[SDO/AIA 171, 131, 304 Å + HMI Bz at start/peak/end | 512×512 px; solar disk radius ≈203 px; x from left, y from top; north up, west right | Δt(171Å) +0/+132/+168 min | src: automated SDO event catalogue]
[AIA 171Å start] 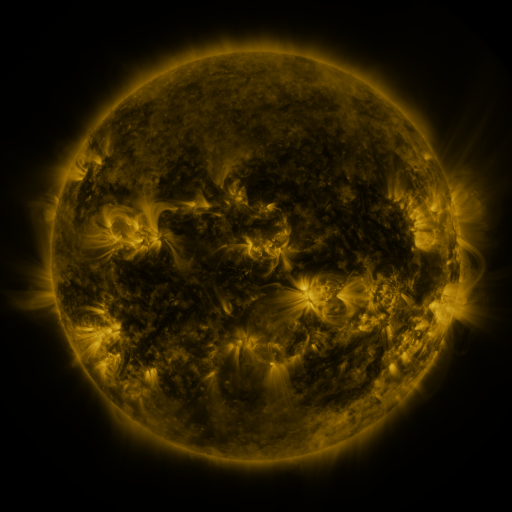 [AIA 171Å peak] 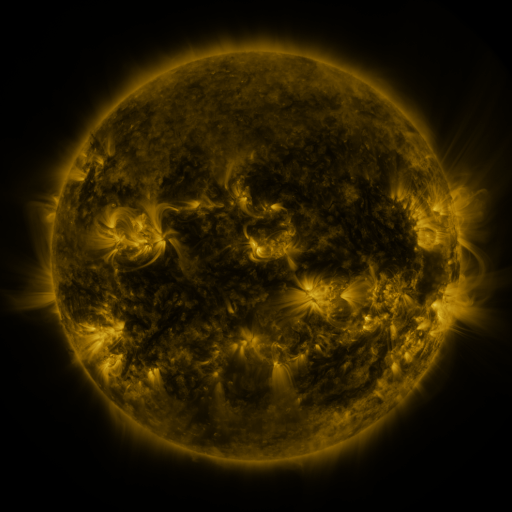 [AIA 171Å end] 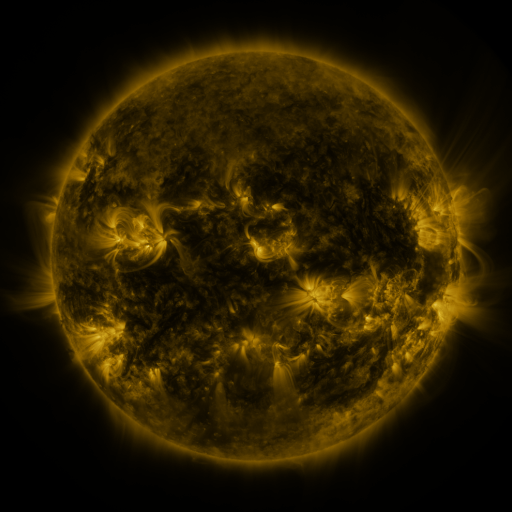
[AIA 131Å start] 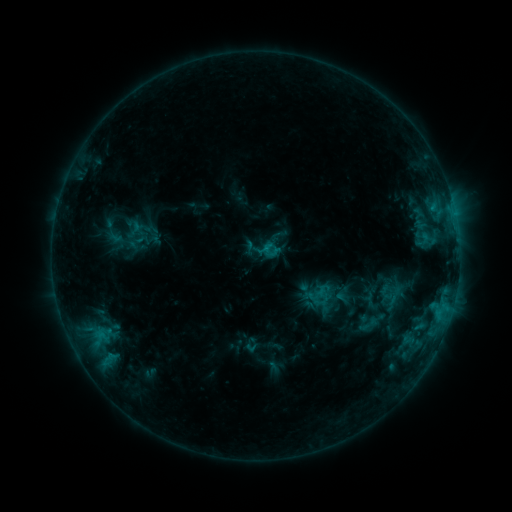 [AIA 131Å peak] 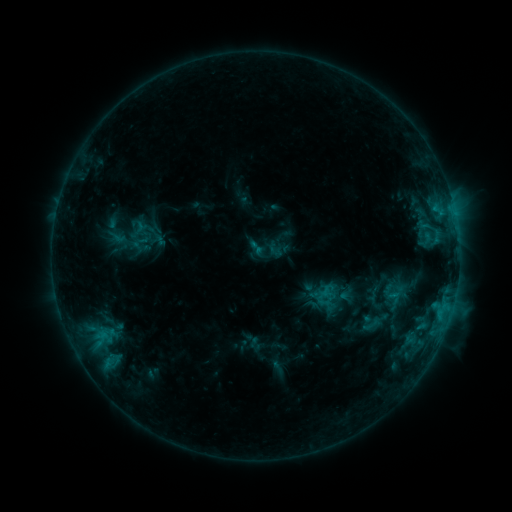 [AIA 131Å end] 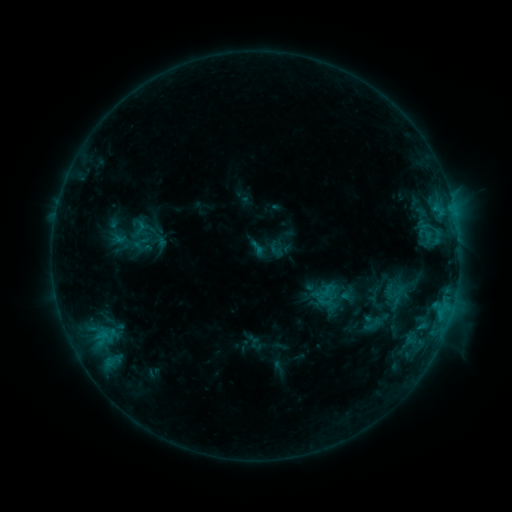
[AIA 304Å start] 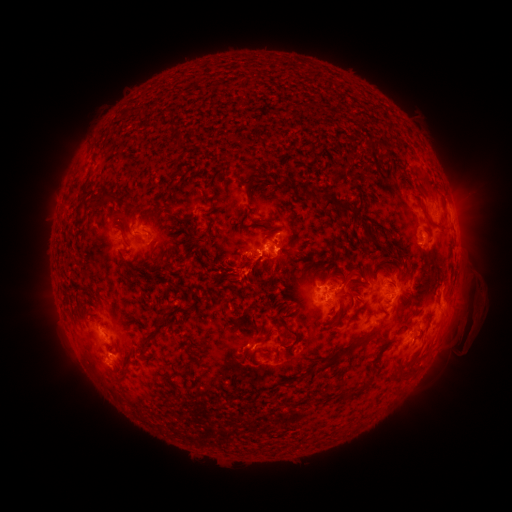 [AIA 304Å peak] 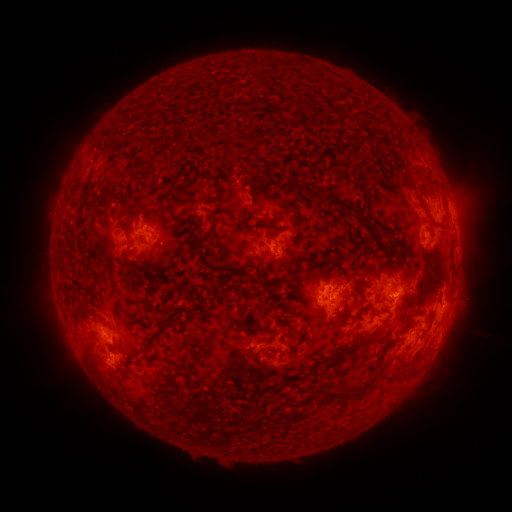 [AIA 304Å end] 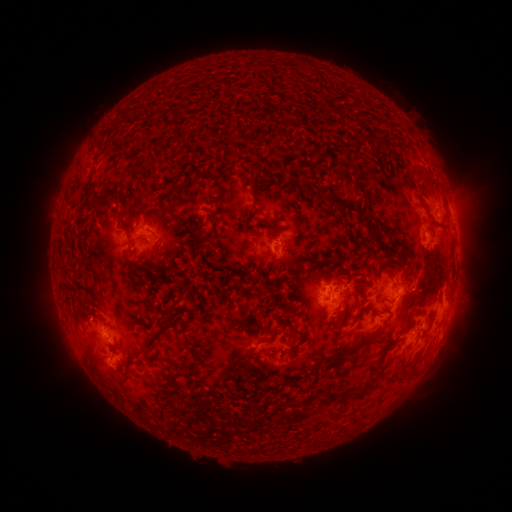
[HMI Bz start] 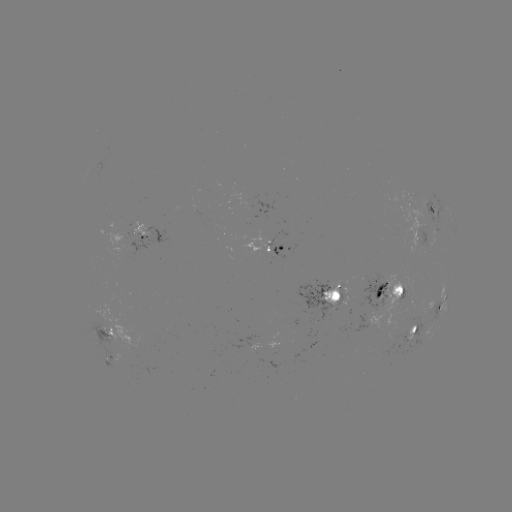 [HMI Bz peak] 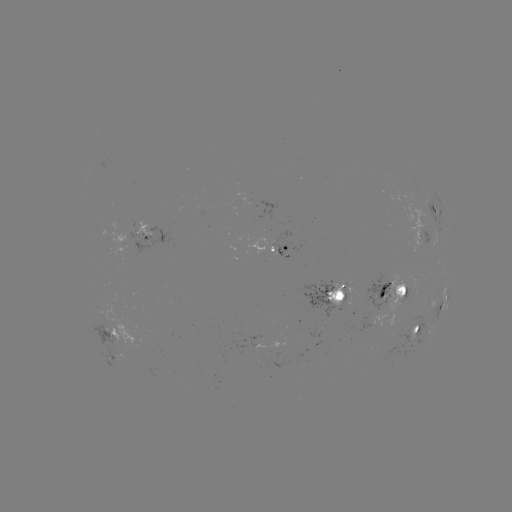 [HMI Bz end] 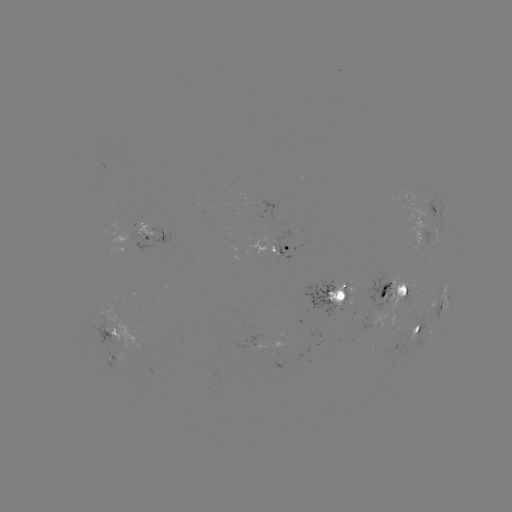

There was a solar emerging-flux region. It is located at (374, 283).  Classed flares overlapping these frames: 1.